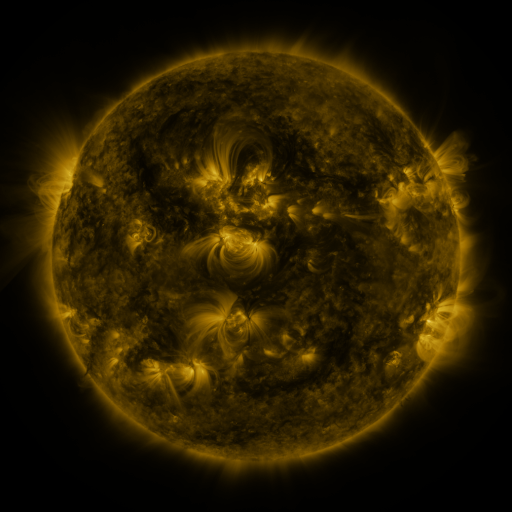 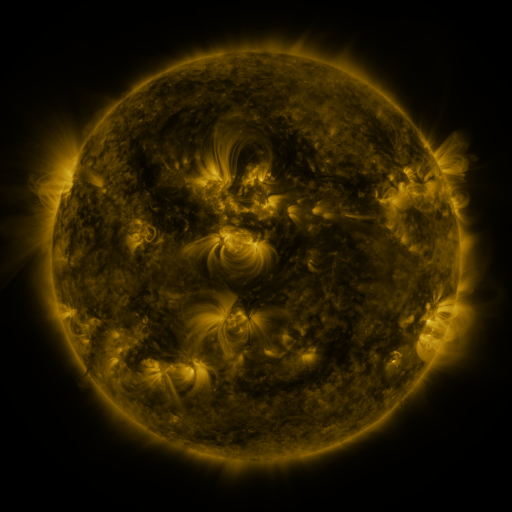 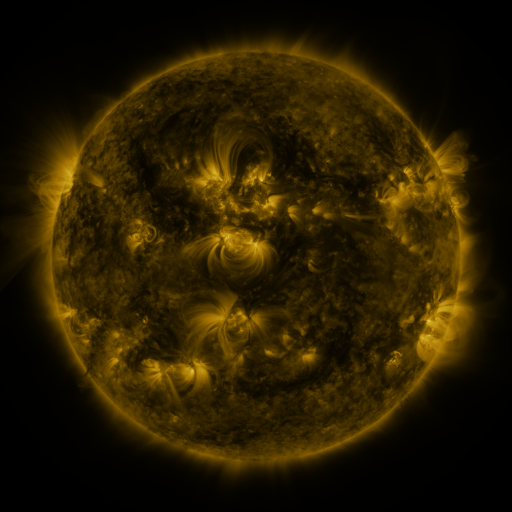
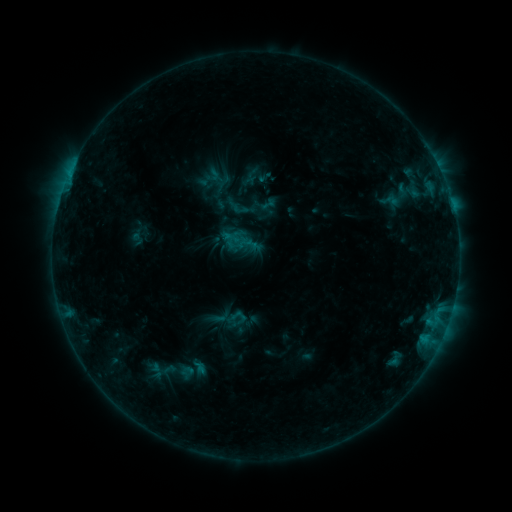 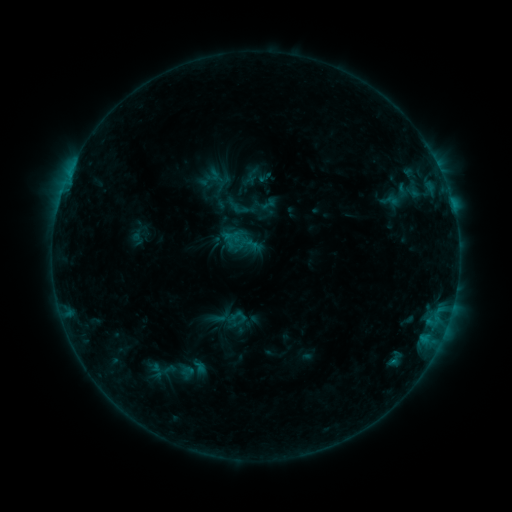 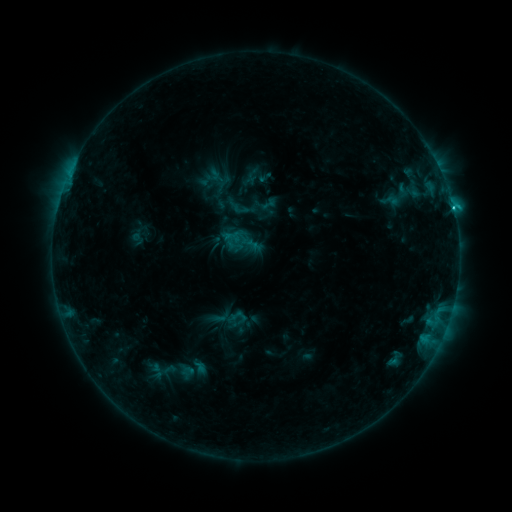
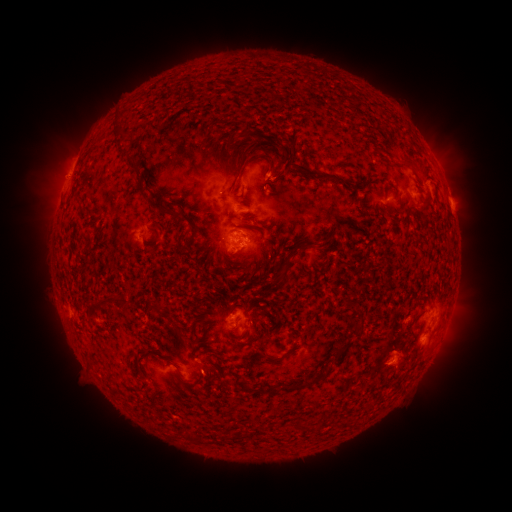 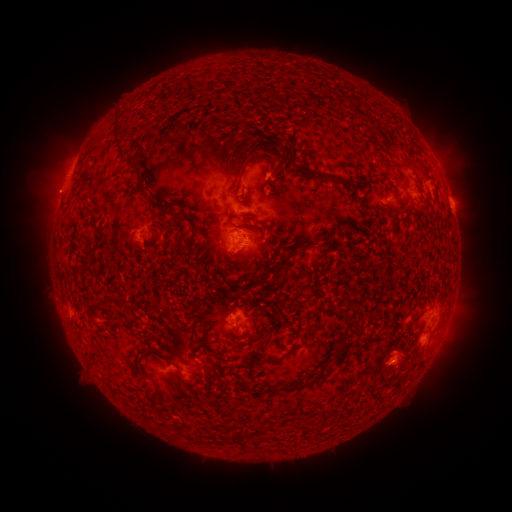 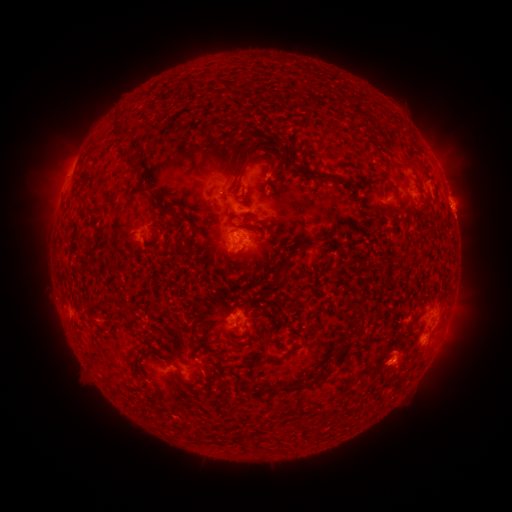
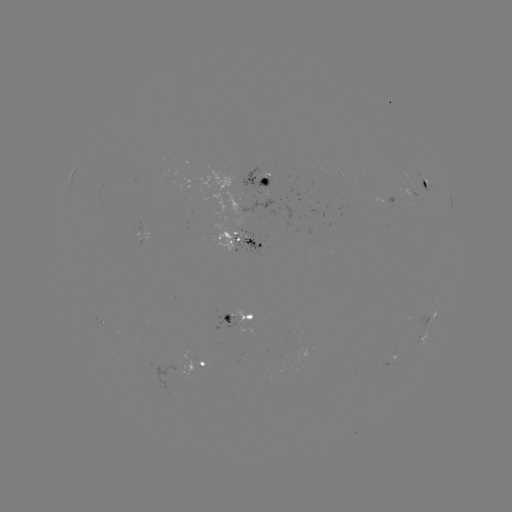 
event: eruption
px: (51, 193)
